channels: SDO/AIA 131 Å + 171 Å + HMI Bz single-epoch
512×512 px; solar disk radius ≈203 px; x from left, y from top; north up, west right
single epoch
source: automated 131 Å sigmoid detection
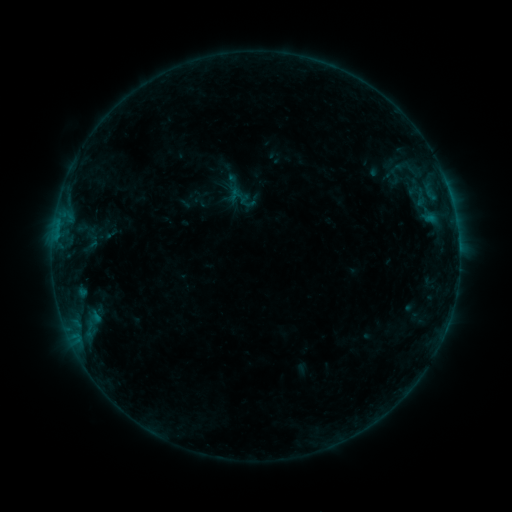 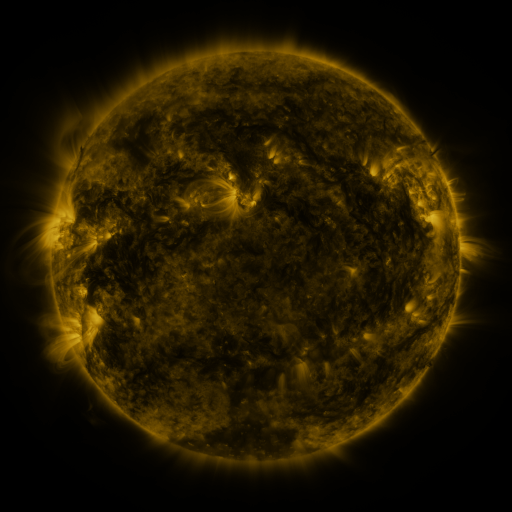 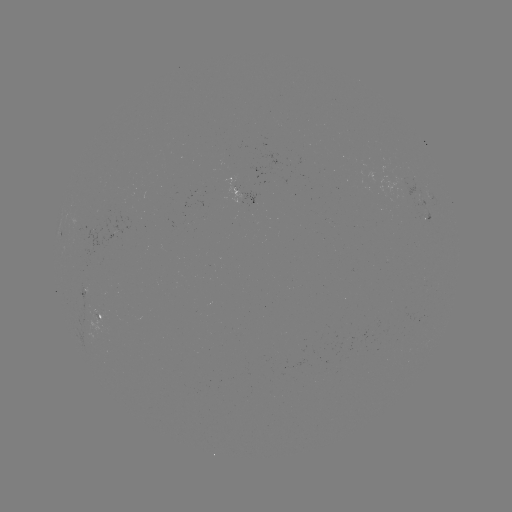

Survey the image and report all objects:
sigmoid: (226, 182, 258, 214)
